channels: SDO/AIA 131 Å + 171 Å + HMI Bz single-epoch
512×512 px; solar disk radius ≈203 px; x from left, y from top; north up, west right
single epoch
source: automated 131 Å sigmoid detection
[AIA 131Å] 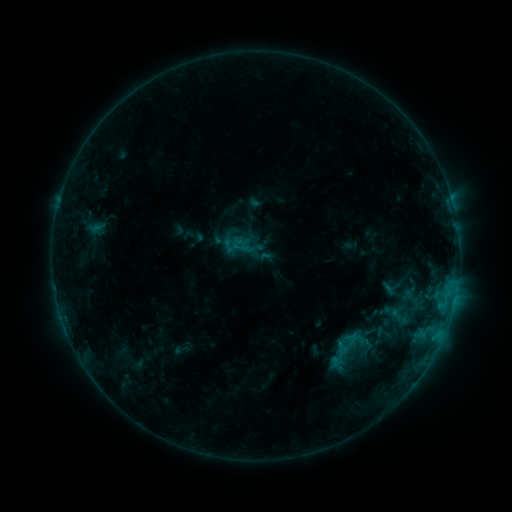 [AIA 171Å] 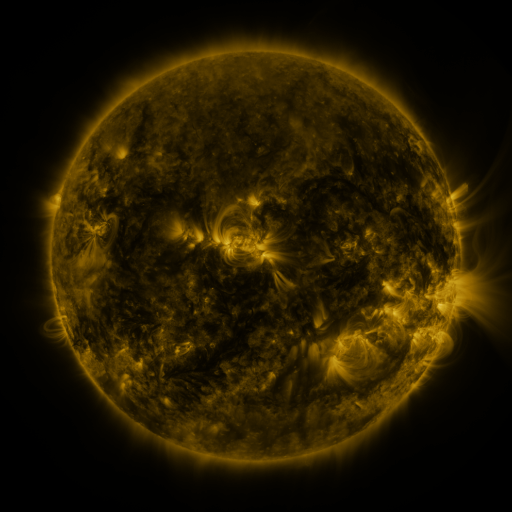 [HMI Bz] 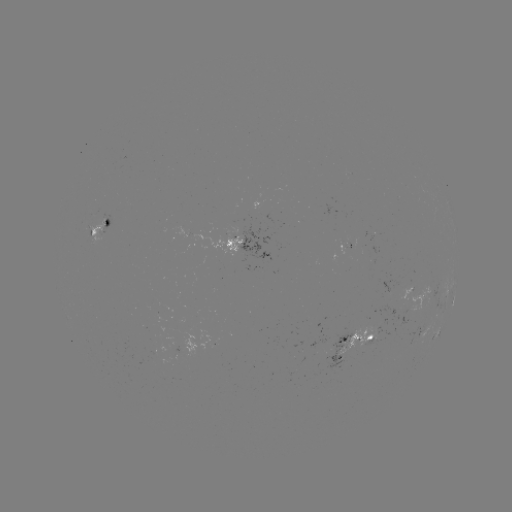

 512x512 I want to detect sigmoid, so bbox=[318, 319, 379, 379].